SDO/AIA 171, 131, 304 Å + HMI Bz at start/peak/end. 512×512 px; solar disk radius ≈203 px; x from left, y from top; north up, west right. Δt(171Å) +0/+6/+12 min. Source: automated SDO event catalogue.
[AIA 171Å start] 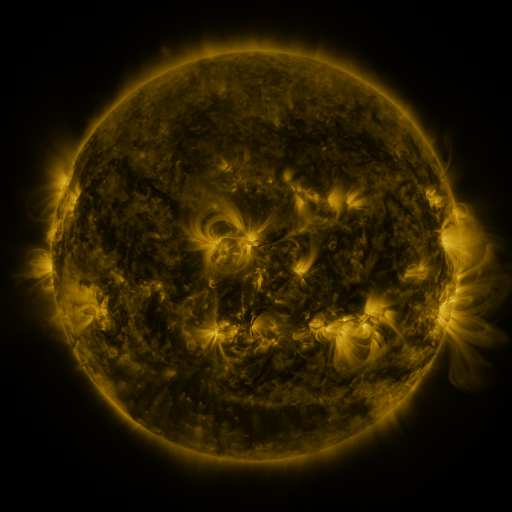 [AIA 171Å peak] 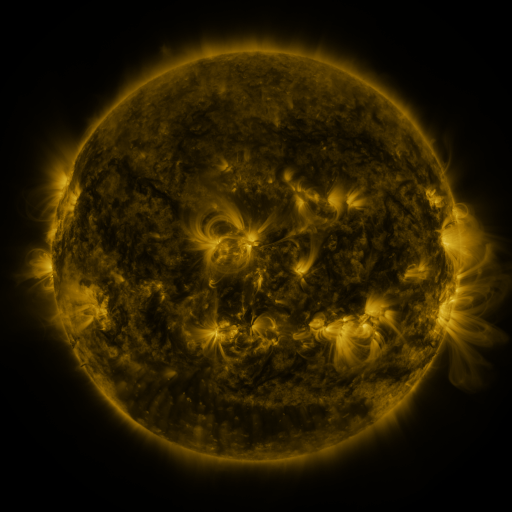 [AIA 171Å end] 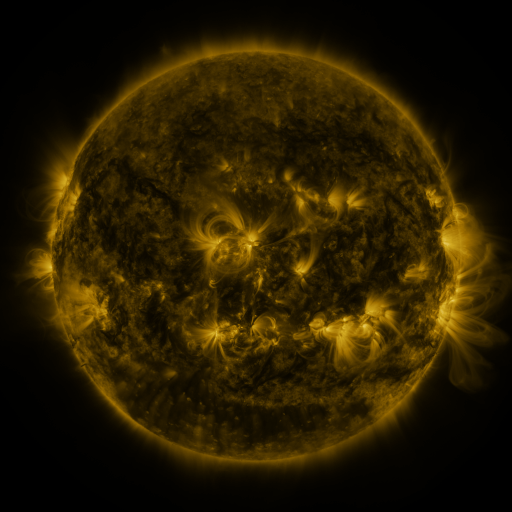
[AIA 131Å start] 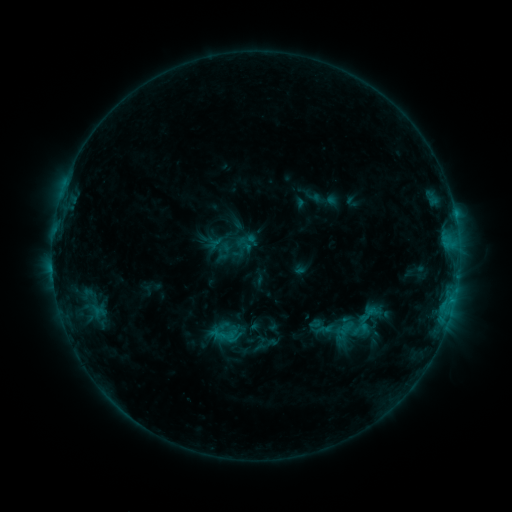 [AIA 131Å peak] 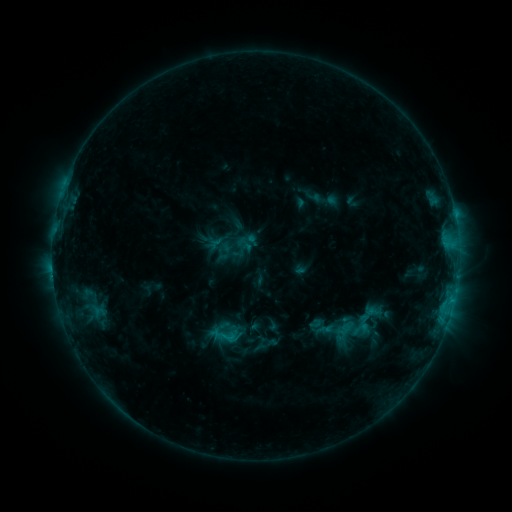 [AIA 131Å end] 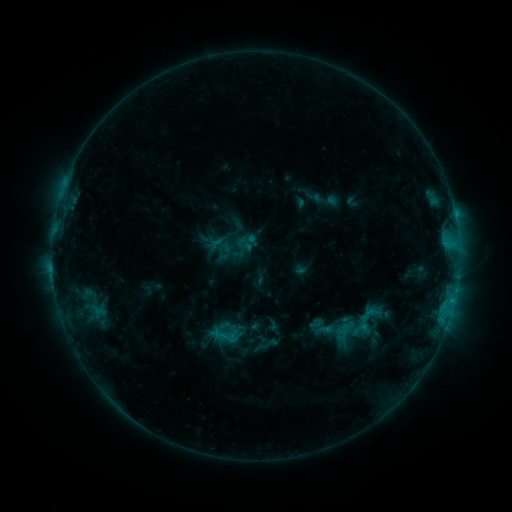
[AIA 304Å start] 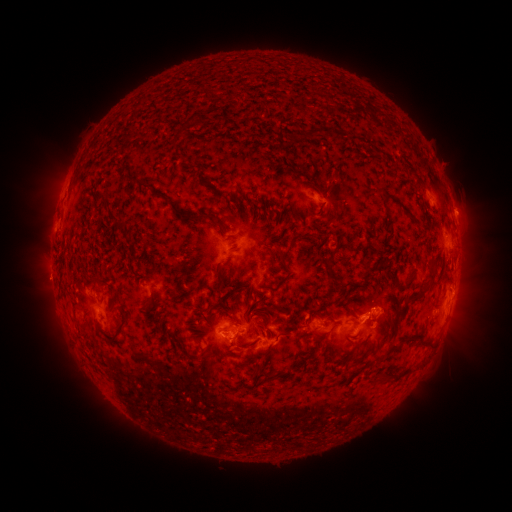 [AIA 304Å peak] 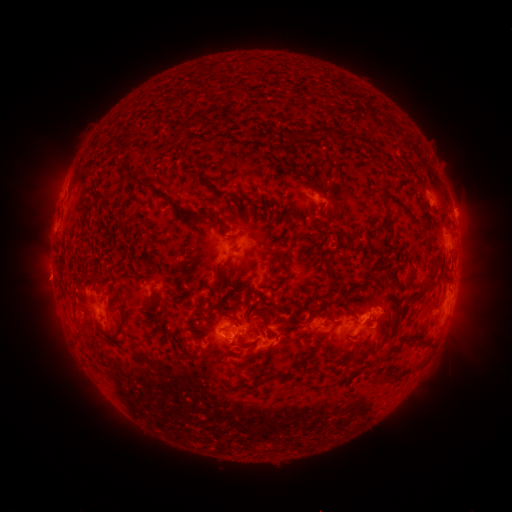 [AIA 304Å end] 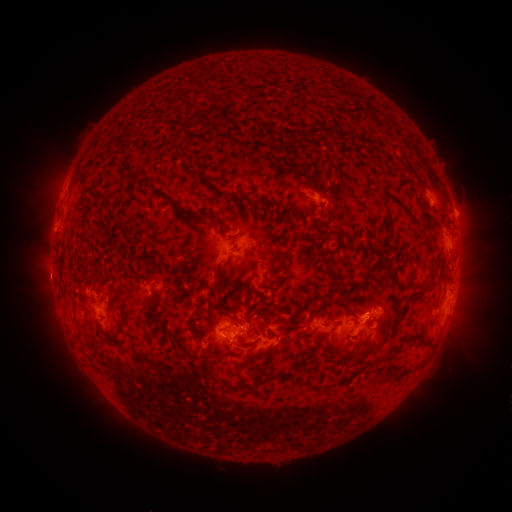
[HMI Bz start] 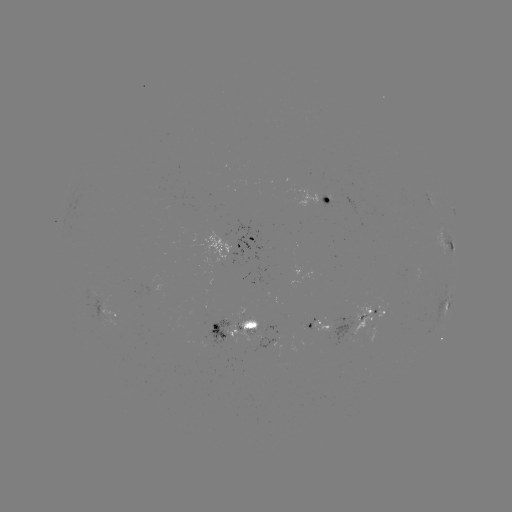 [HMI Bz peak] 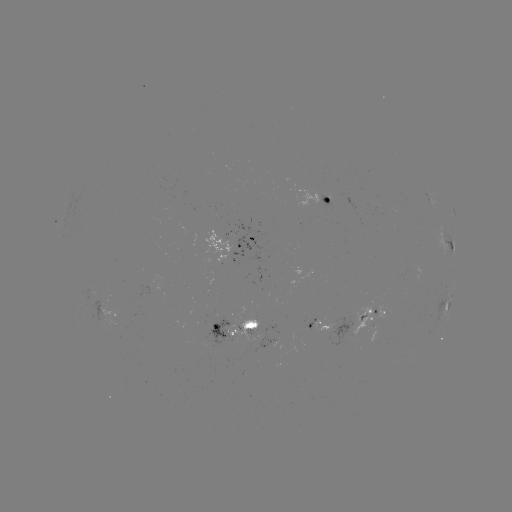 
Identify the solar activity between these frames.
no catalogued flare and no flagged EUV brightening in this window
